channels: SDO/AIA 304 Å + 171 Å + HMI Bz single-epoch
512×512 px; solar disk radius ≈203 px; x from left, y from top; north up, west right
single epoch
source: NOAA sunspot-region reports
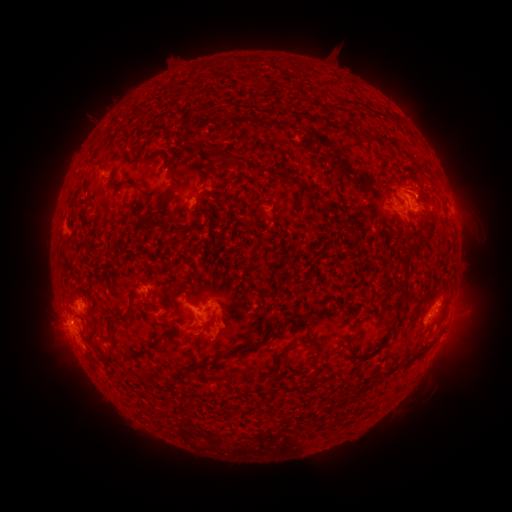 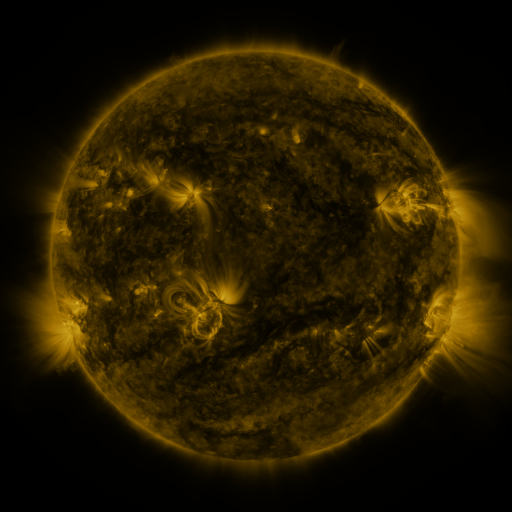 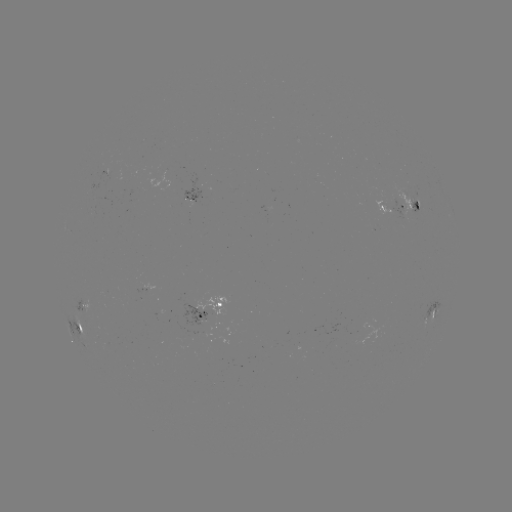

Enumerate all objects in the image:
spotted active region: (194, 199)
spotted active region: (410, 204)
spotted active region: (390, 209)
spotted active region: (85, 308)
spotted active region: (209, 308)
spotted active region: (432, 312)
spotted active region: (79, 330)
